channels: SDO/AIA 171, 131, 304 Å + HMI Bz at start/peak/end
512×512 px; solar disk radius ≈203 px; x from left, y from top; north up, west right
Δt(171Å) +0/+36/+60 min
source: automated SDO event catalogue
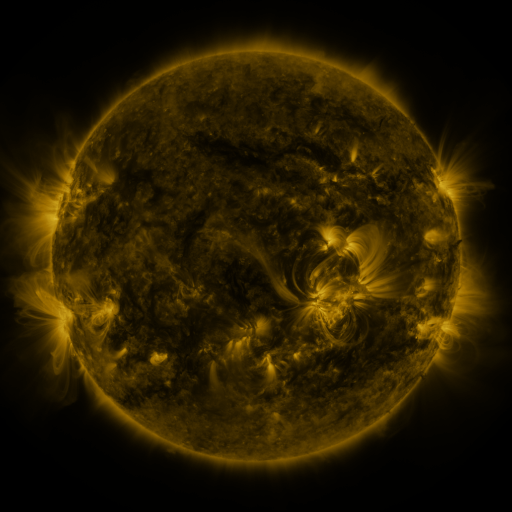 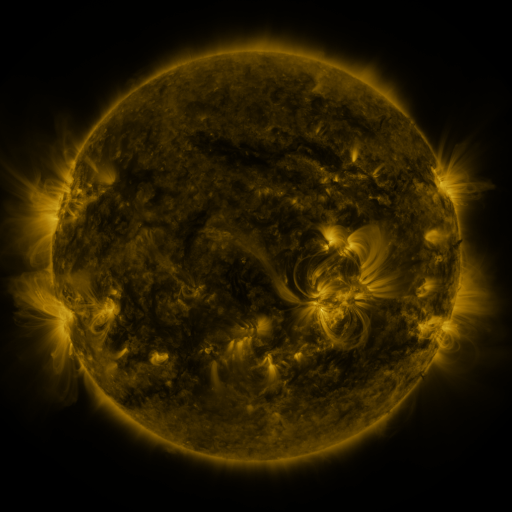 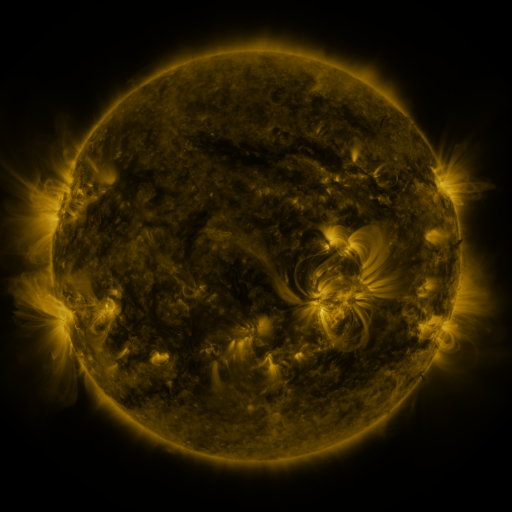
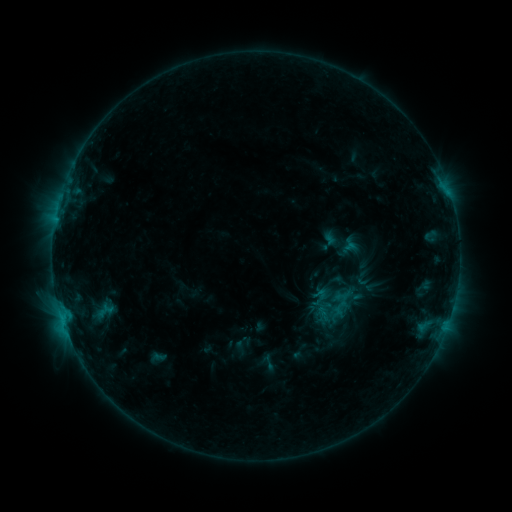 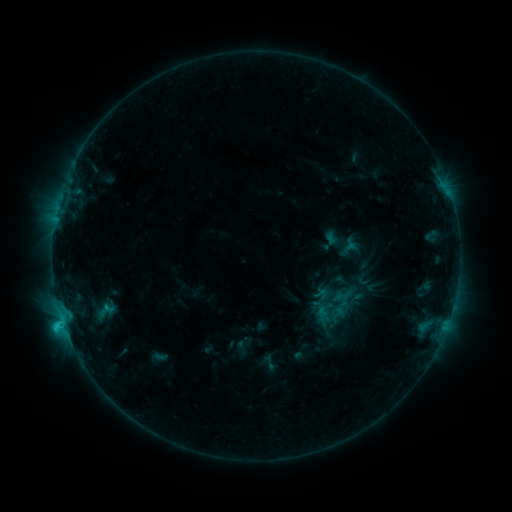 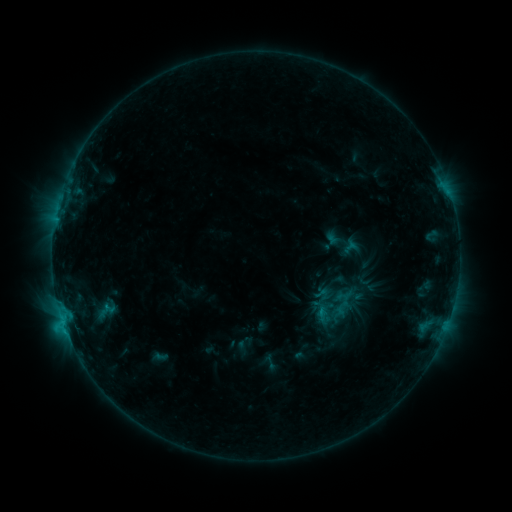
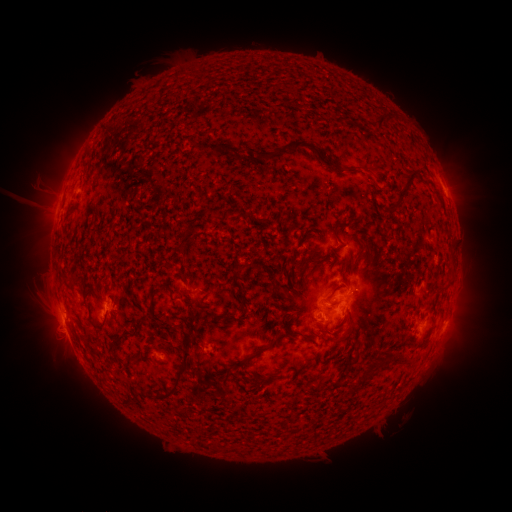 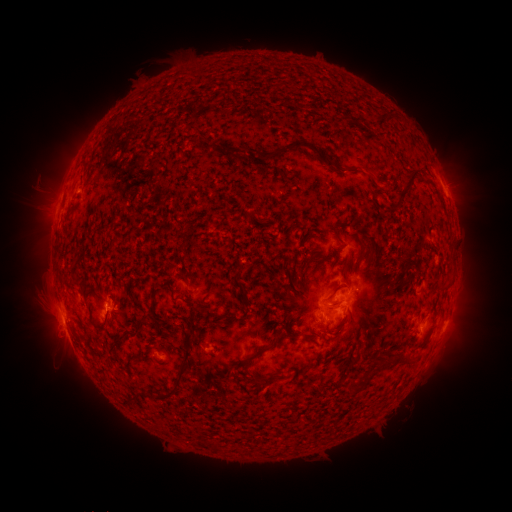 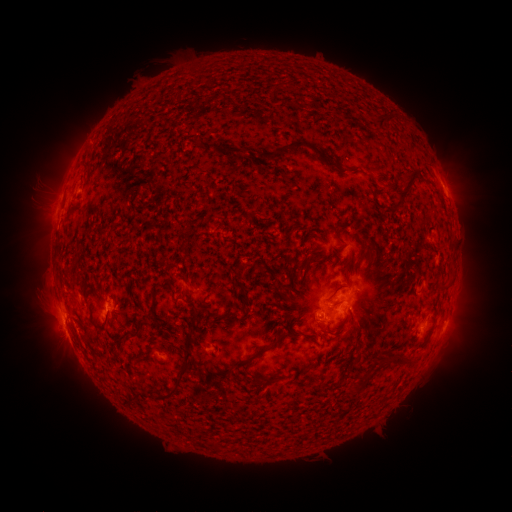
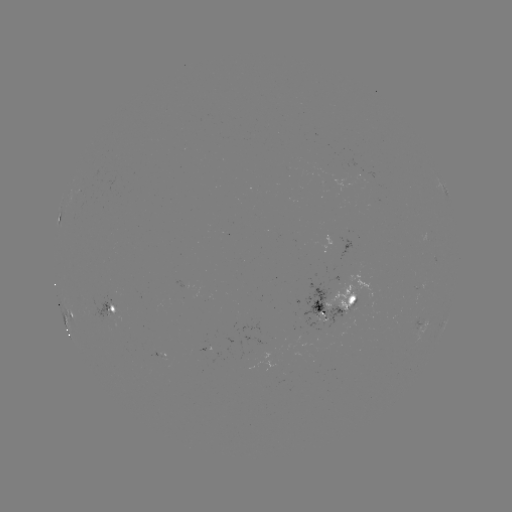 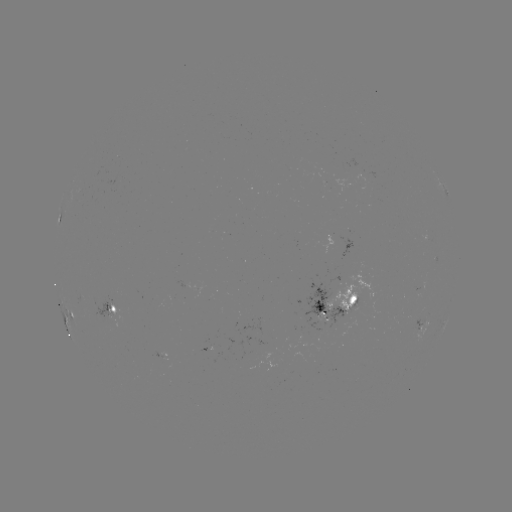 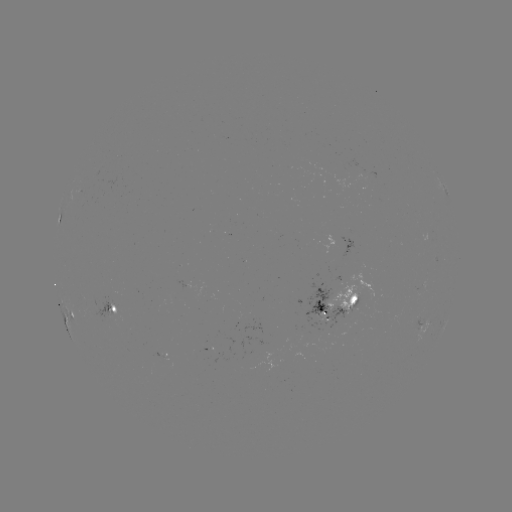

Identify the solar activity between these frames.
C1.9 flare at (63, 322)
